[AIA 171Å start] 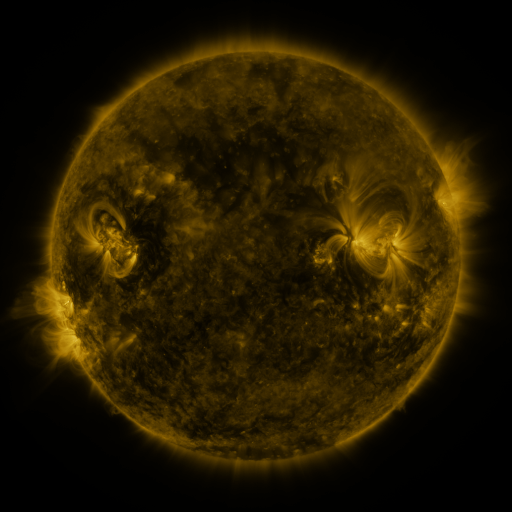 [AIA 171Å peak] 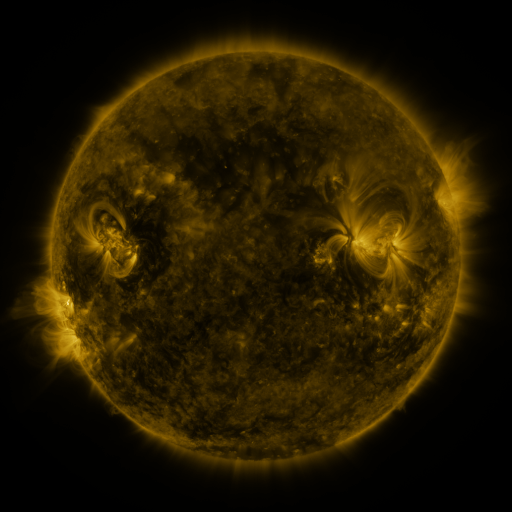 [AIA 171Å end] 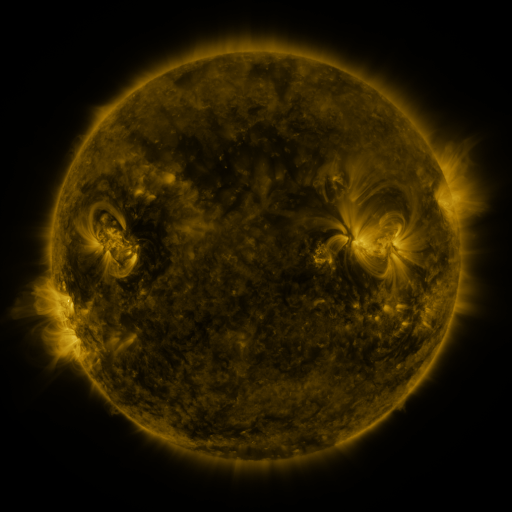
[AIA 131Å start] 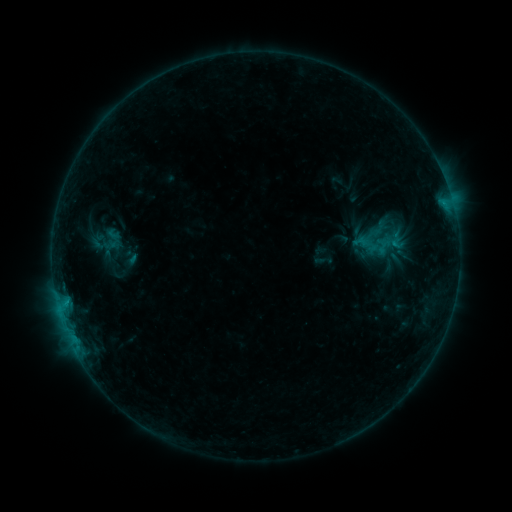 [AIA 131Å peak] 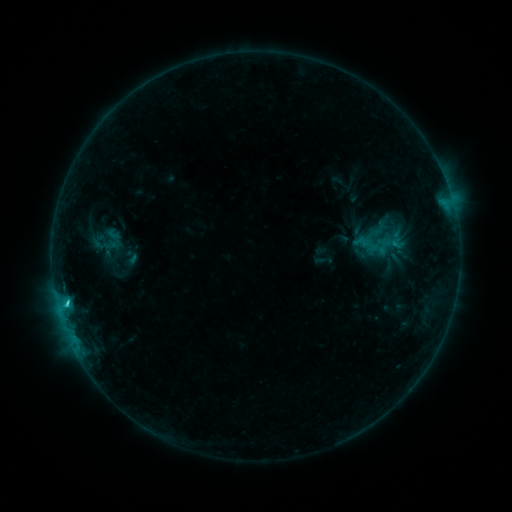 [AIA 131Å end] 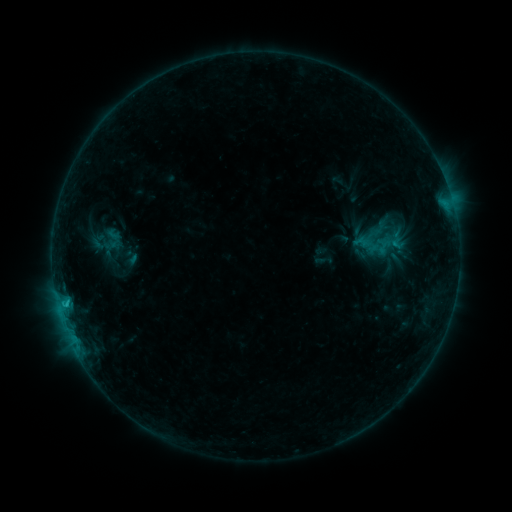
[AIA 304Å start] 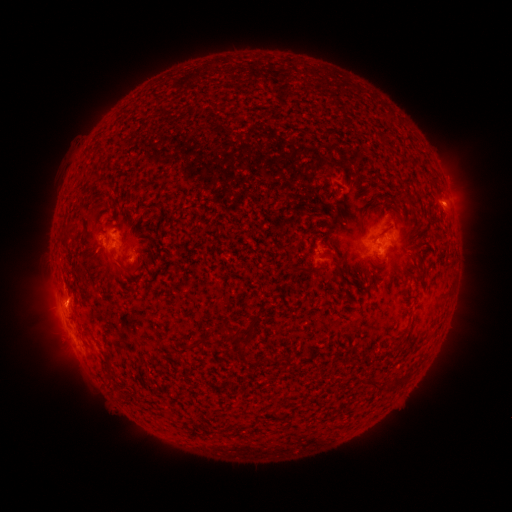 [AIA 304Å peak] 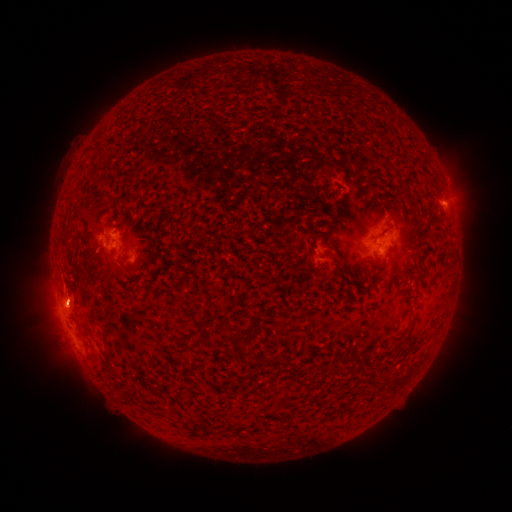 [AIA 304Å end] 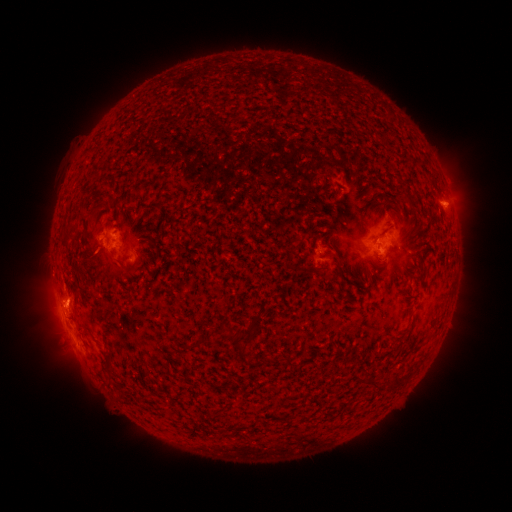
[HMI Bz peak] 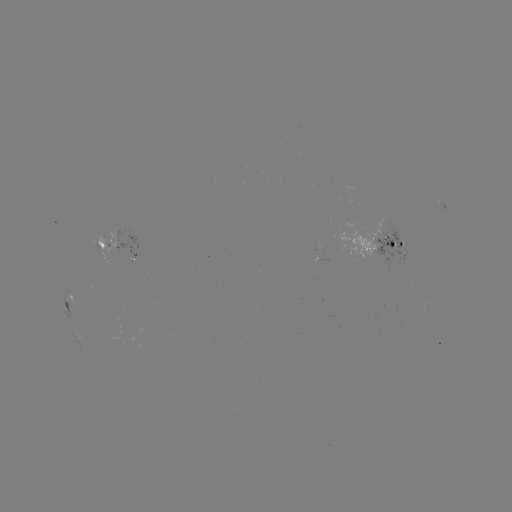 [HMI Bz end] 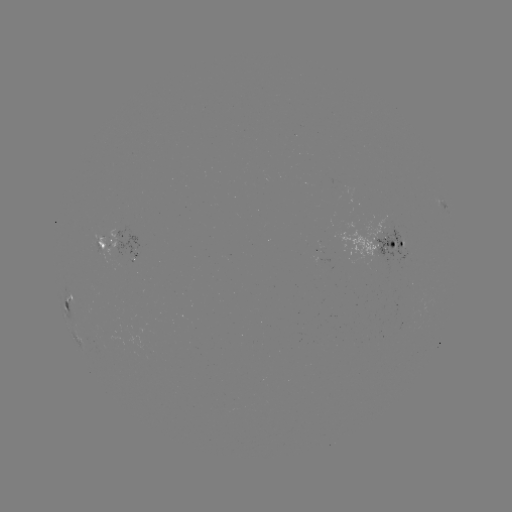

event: flare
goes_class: C1.5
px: (67, 302)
